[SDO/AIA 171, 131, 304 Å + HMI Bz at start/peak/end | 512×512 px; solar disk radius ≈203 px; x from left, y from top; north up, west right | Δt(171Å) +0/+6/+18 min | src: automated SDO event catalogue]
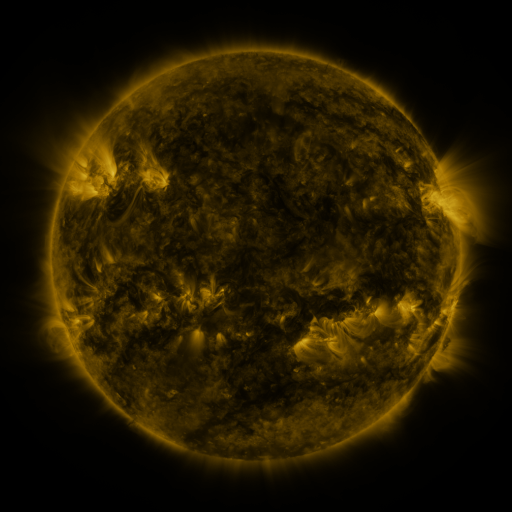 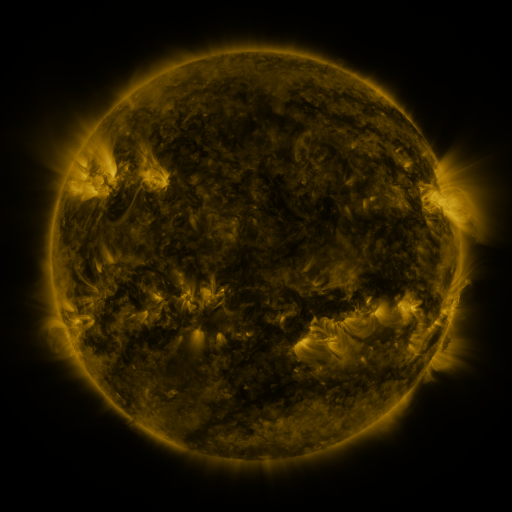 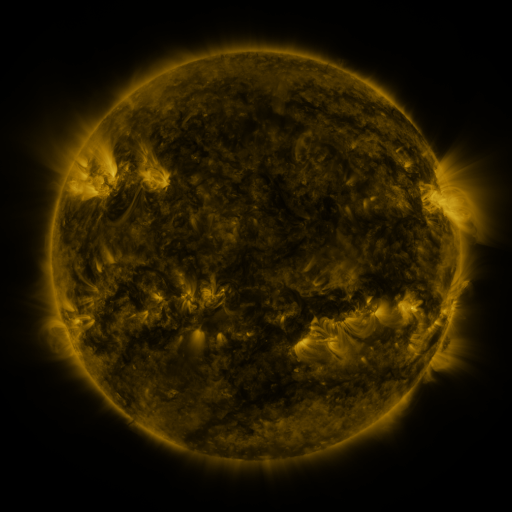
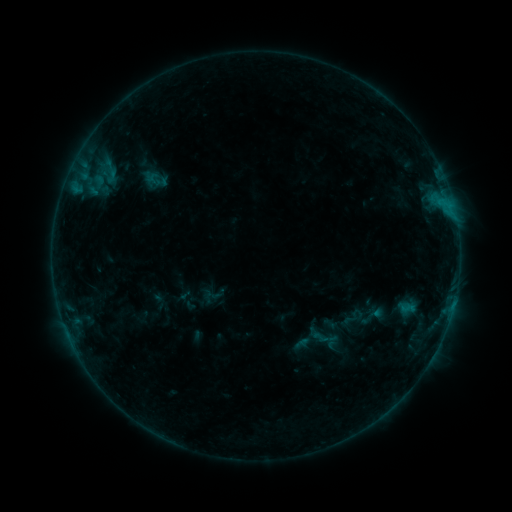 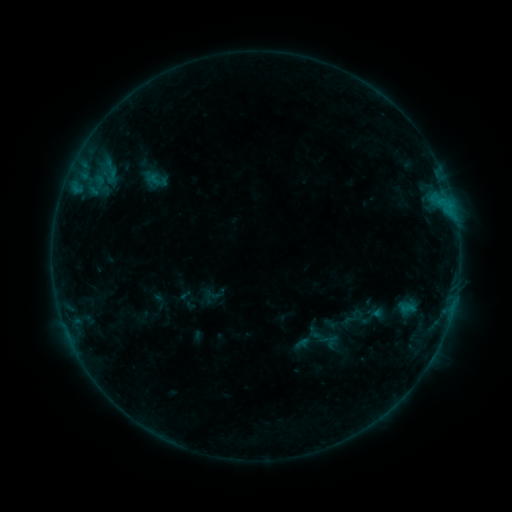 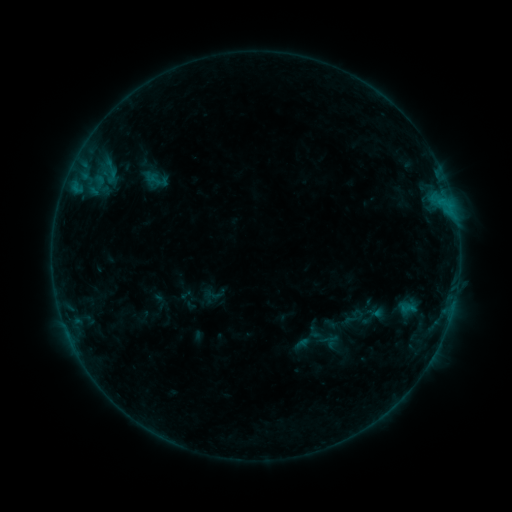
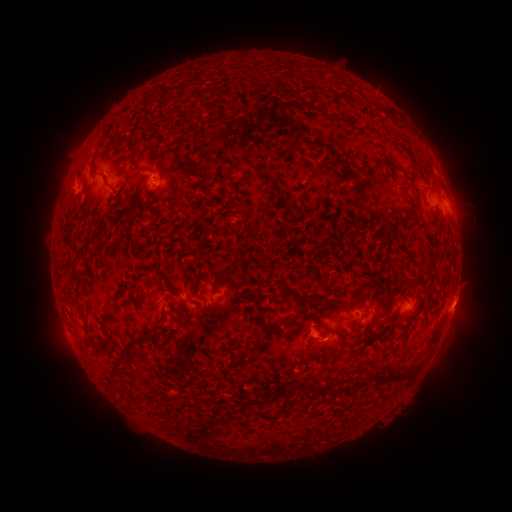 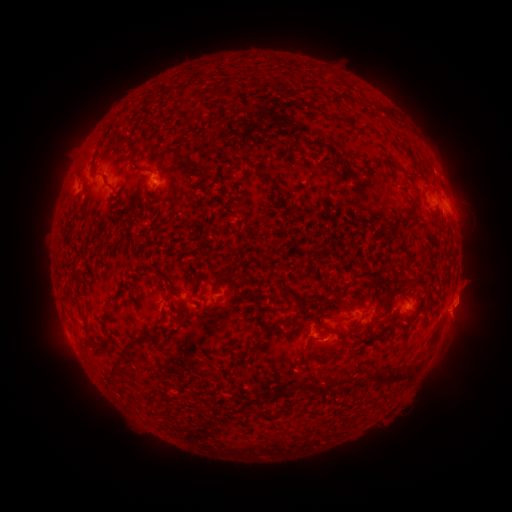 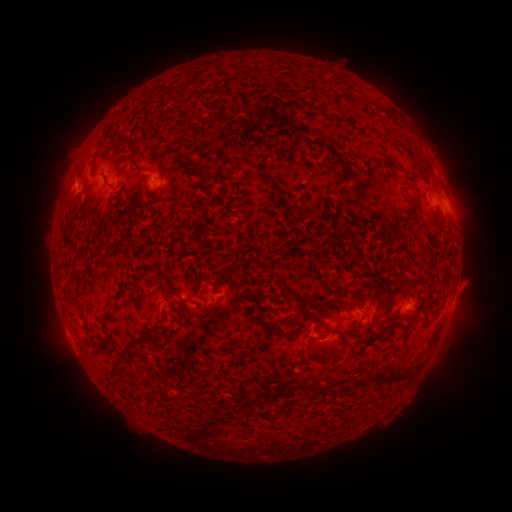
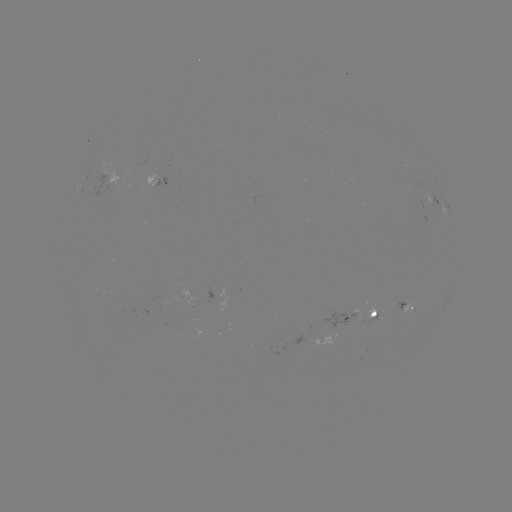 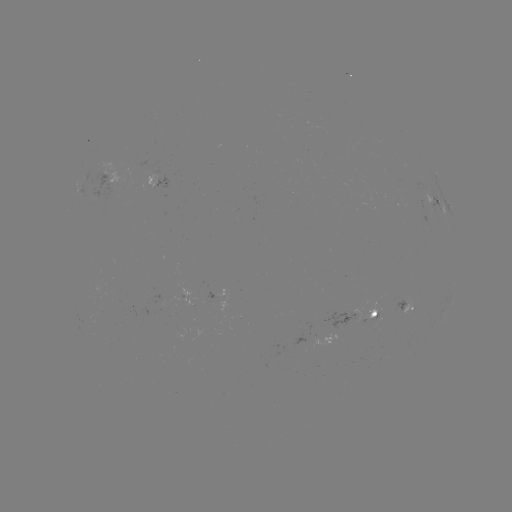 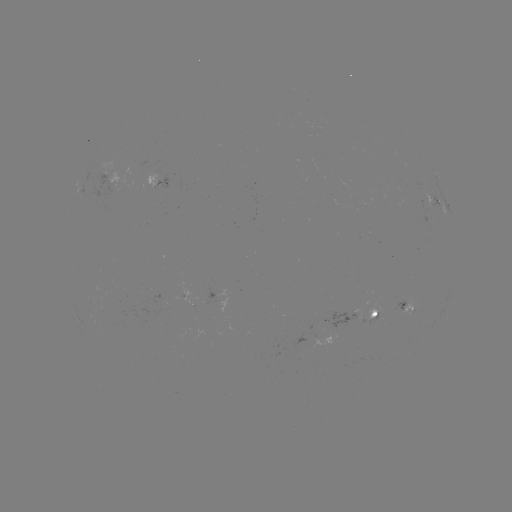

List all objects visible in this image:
eruption: (467, 295)
